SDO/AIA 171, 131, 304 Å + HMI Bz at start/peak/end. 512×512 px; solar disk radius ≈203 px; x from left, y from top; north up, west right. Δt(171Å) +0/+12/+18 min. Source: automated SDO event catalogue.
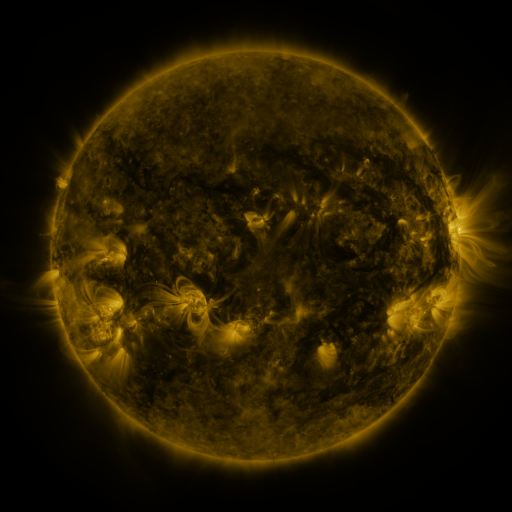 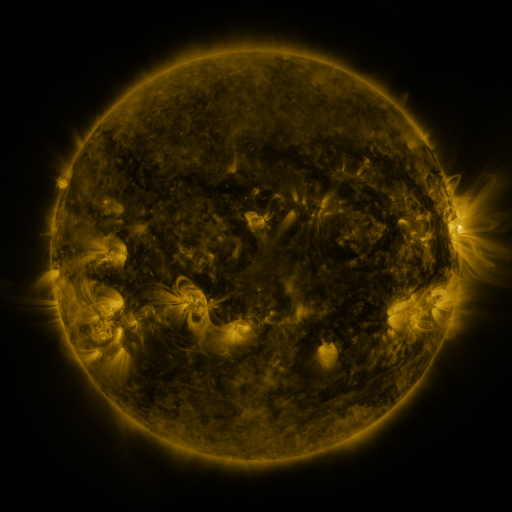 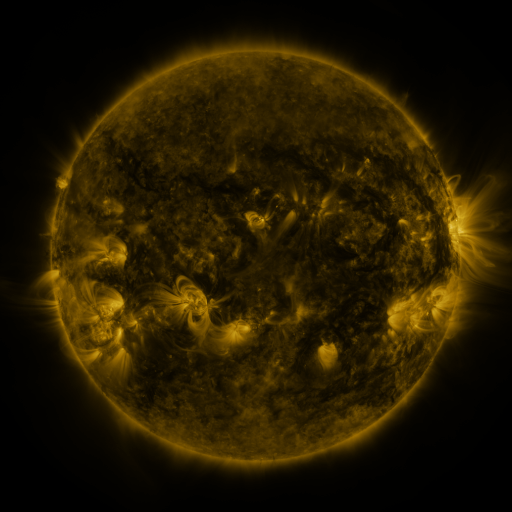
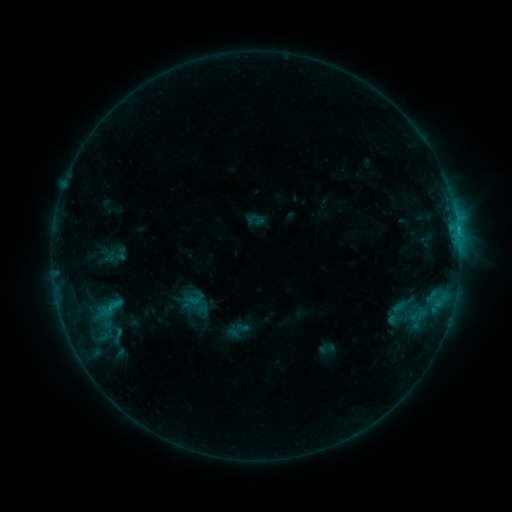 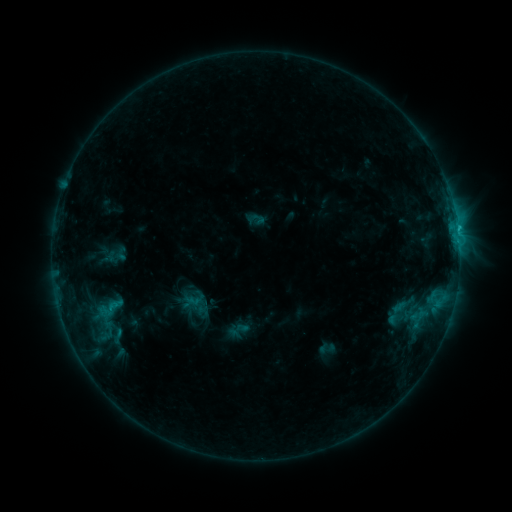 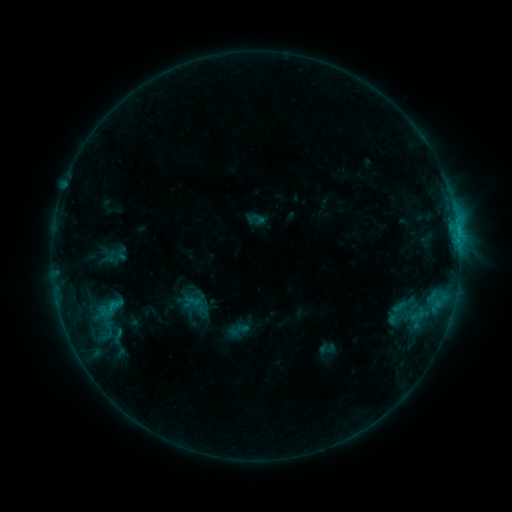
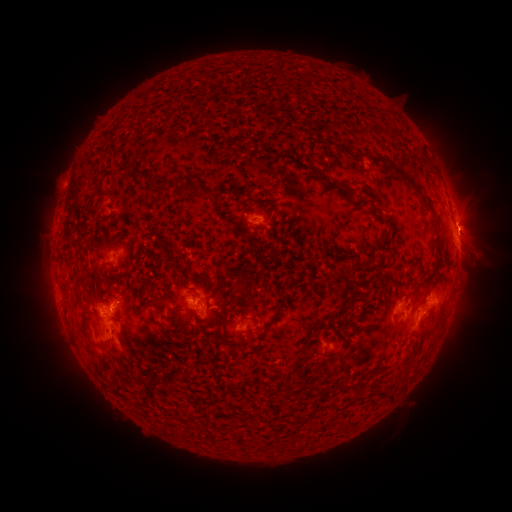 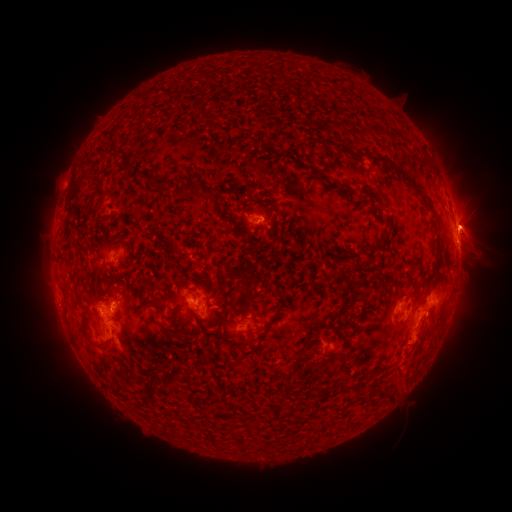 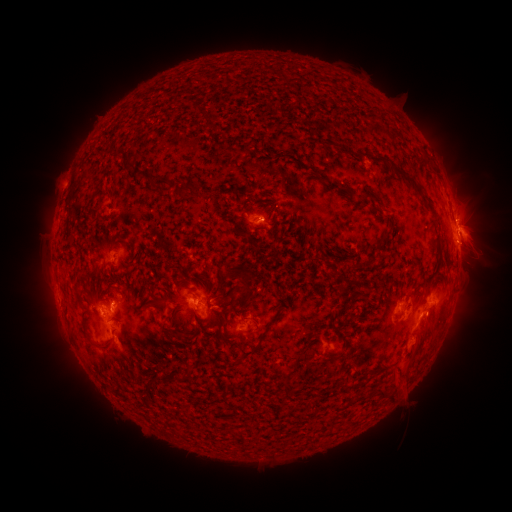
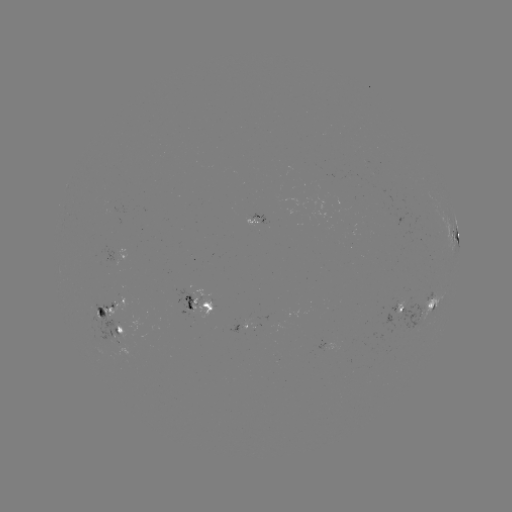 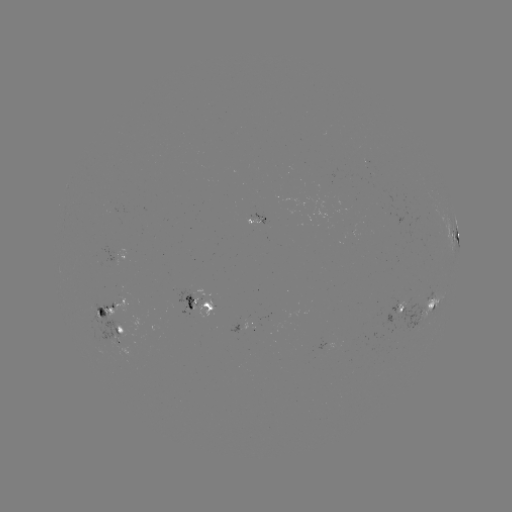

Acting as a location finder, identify eruption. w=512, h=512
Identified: (417, 346).